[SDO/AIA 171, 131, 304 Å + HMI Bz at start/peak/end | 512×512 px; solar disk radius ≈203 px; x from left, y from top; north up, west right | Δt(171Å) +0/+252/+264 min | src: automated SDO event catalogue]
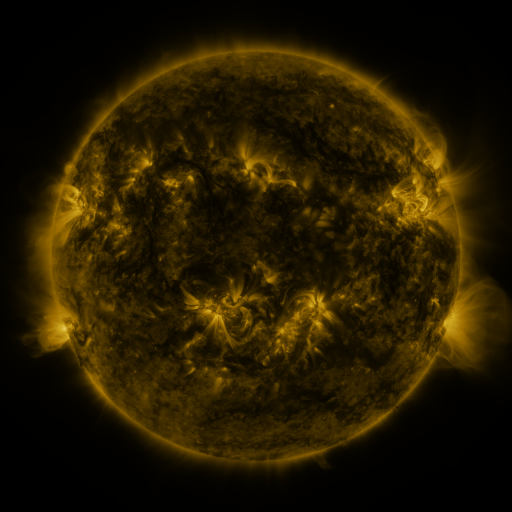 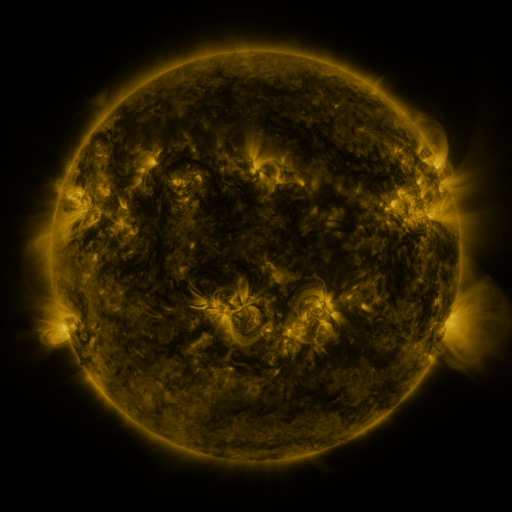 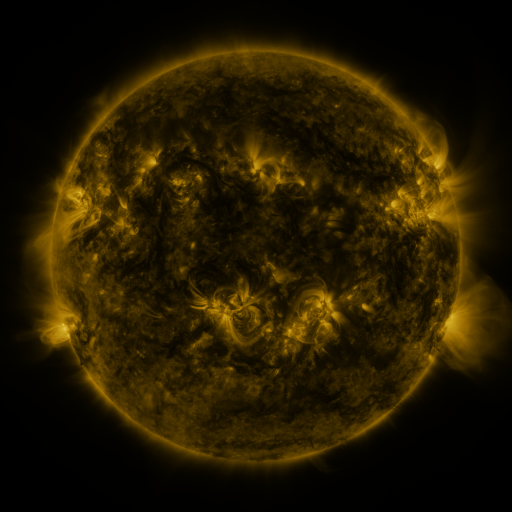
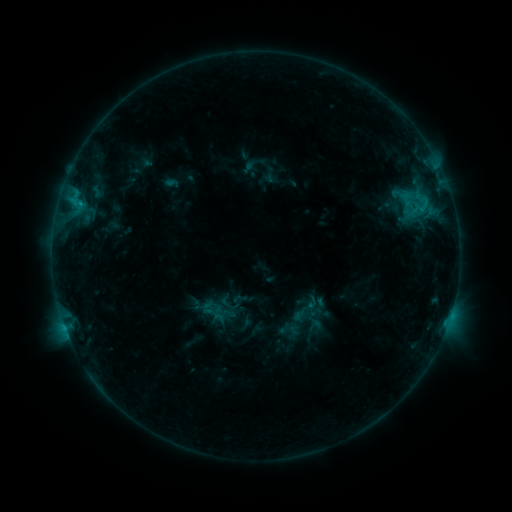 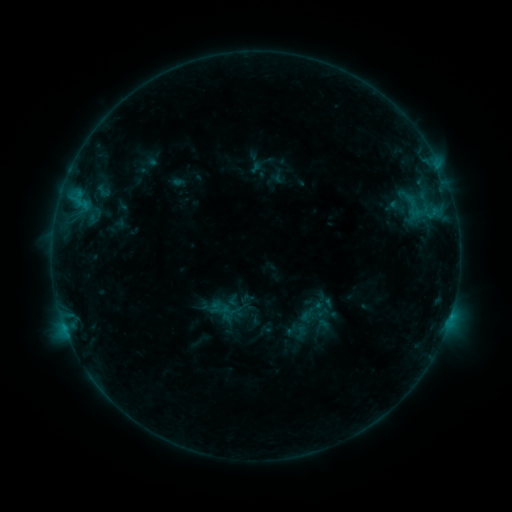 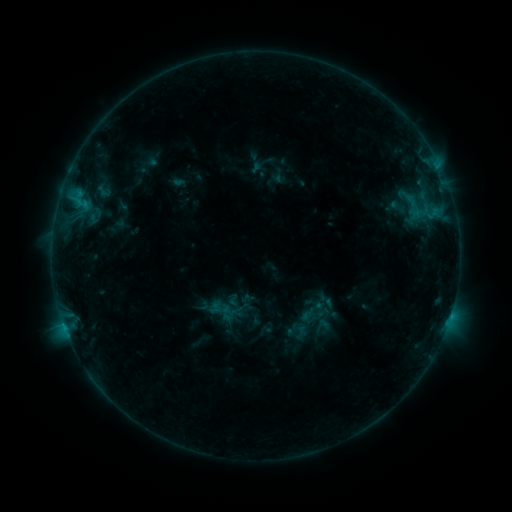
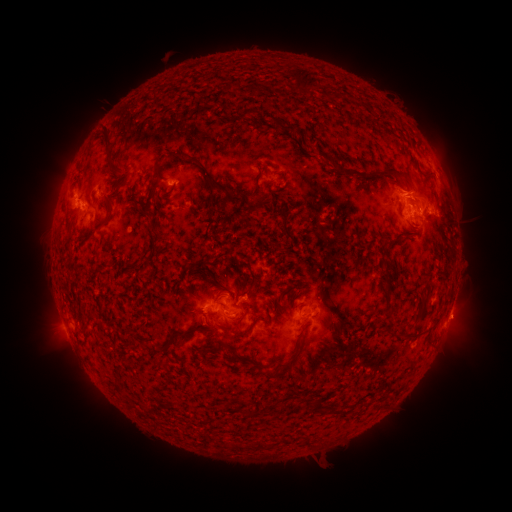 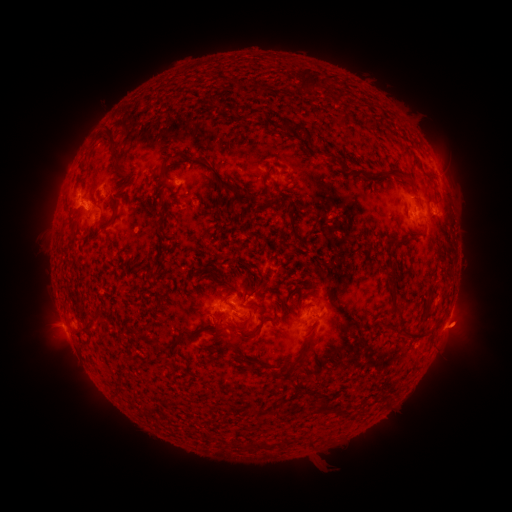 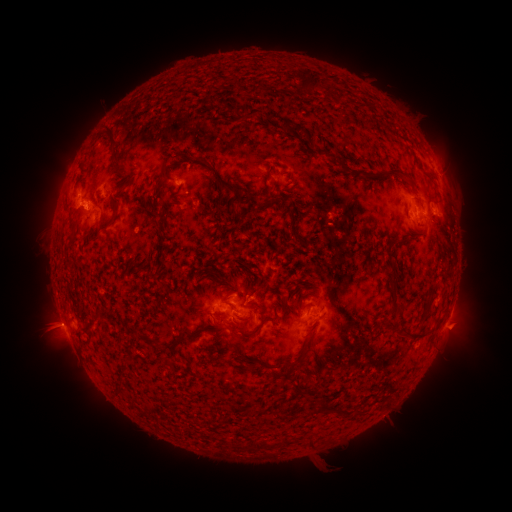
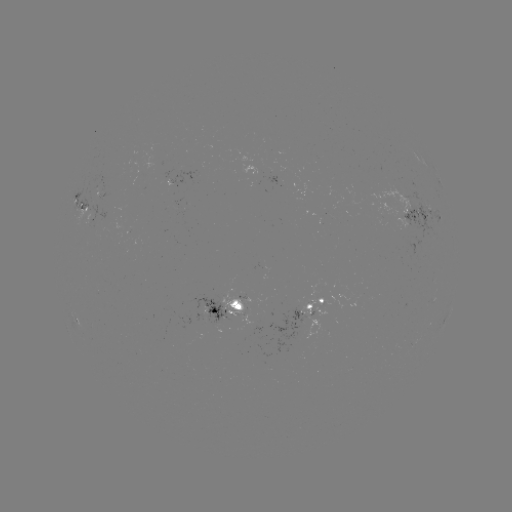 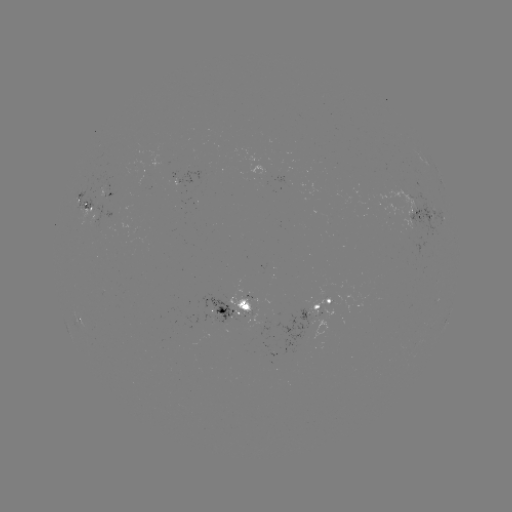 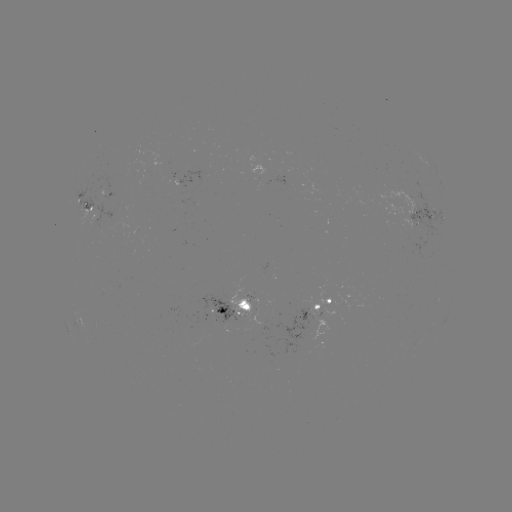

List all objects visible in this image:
emerging-flux region: (312, 321)
